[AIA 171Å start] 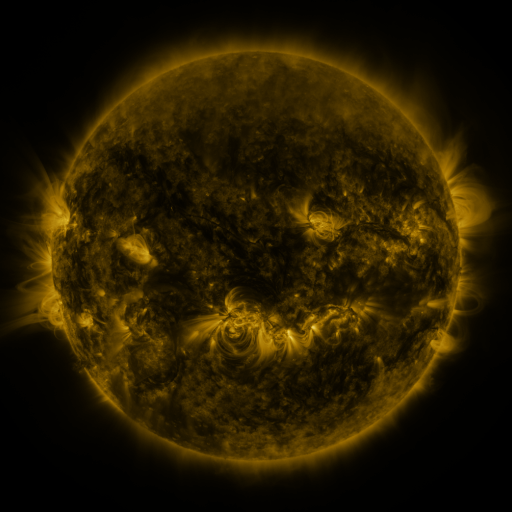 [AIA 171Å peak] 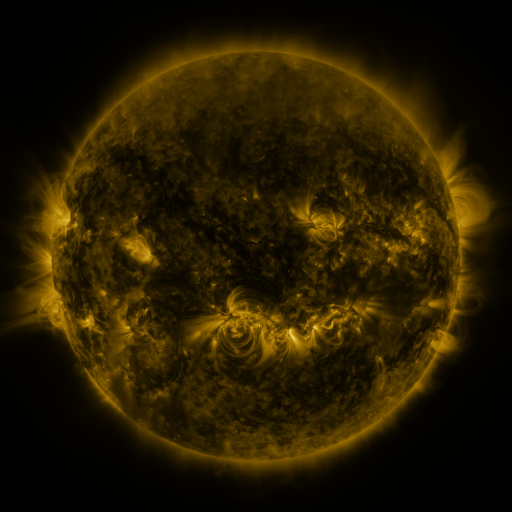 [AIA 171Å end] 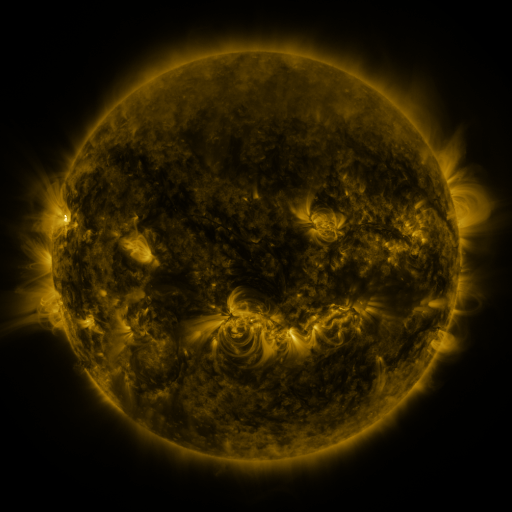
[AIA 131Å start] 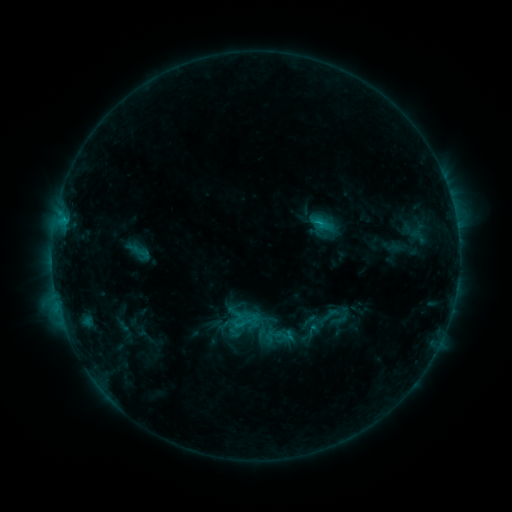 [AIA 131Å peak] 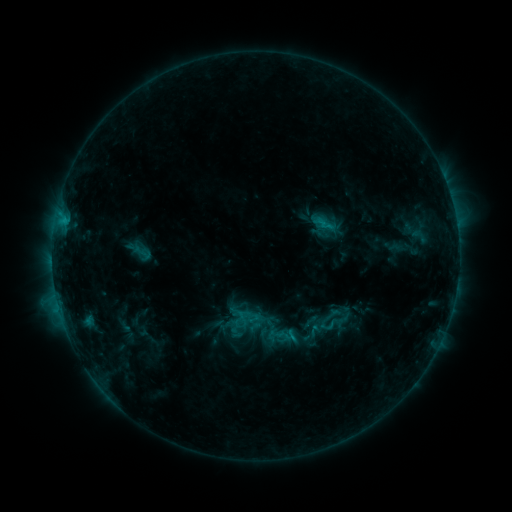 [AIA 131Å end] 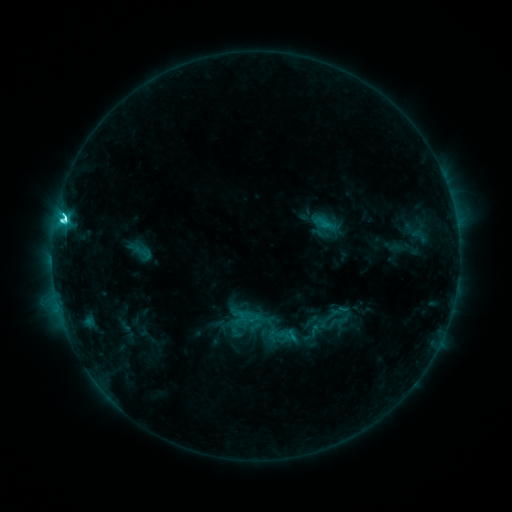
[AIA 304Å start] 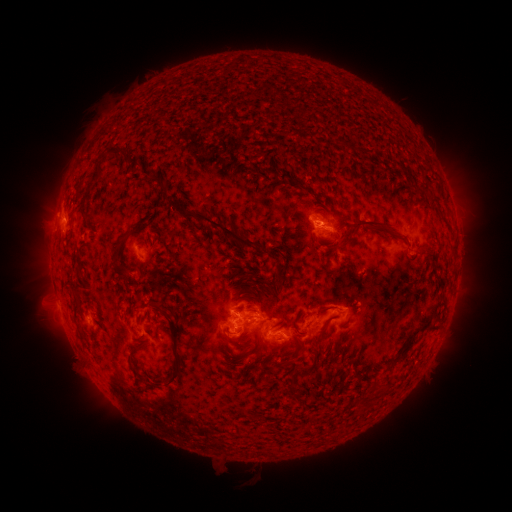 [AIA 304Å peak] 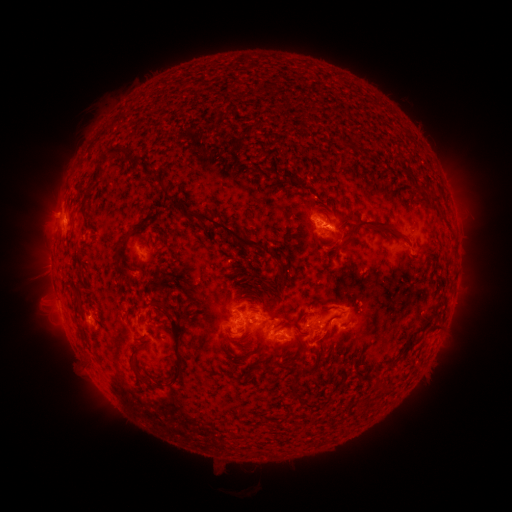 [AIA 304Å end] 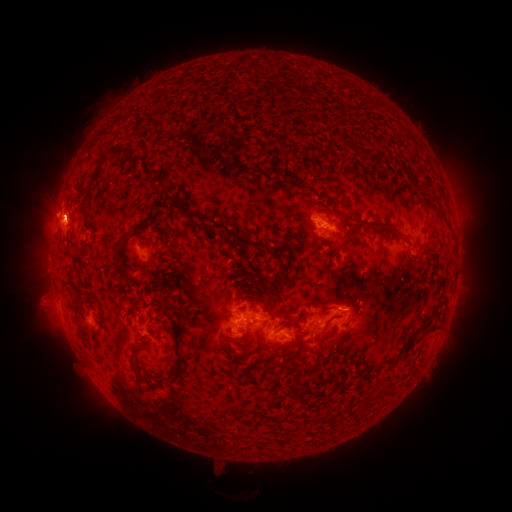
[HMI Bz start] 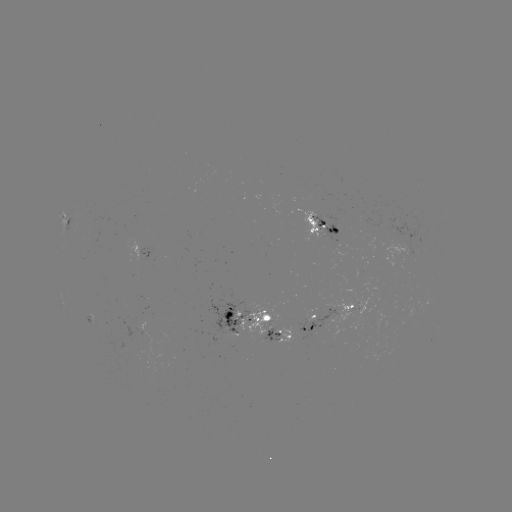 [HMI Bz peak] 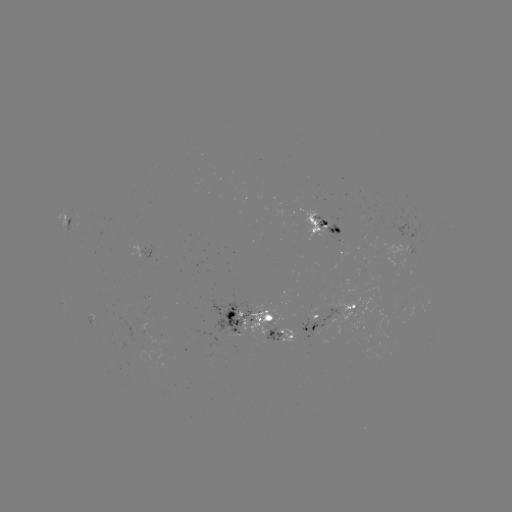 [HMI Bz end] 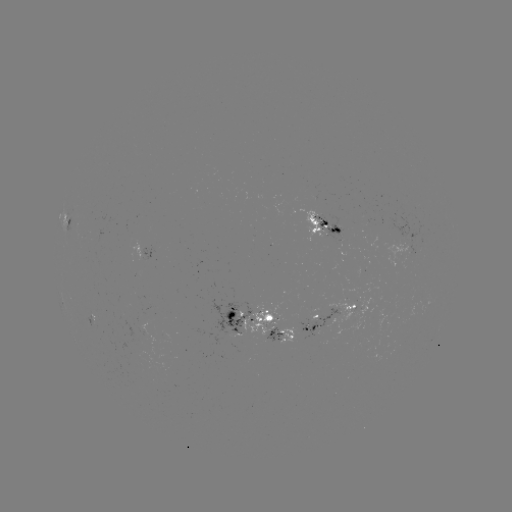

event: emerging-flux region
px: (274, 329)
